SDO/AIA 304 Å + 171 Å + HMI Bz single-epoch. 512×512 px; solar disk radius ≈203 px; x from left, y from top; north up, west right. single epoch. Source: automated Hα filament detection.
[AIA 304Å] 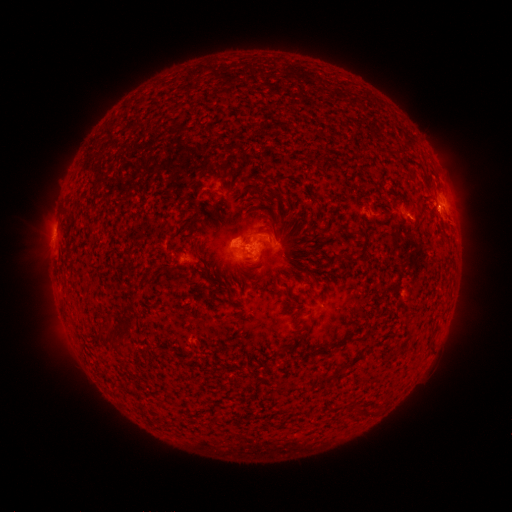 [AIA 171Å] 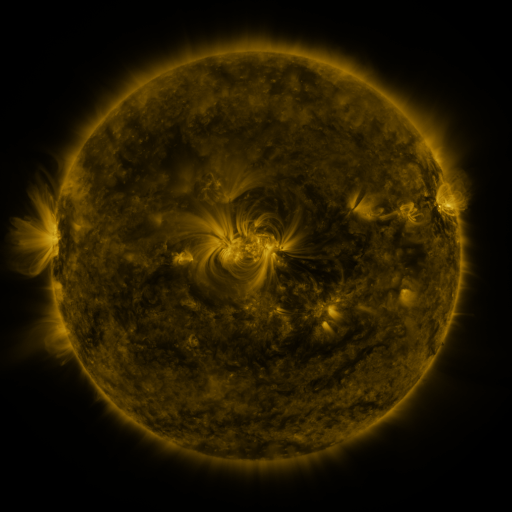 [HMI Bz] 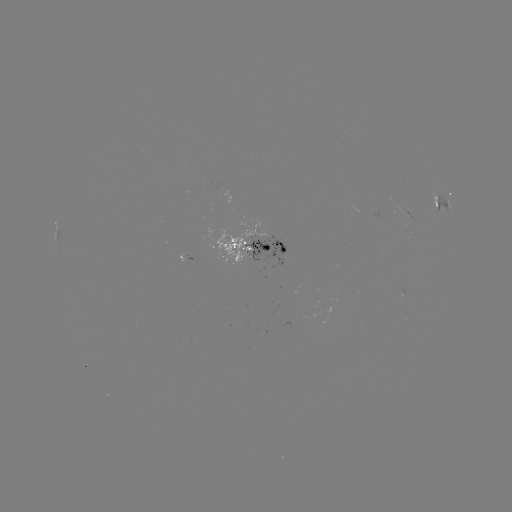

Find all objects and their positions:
filament: (255, 234)
filament: (365, 242)
filament: (282, 250)
filament: (196, 252)
filament: (209, 274)
filament: (134, 298)
filament: (107, 325)
filament: (126, 329)
filament: (96, 337)
filament: (302, 389)
